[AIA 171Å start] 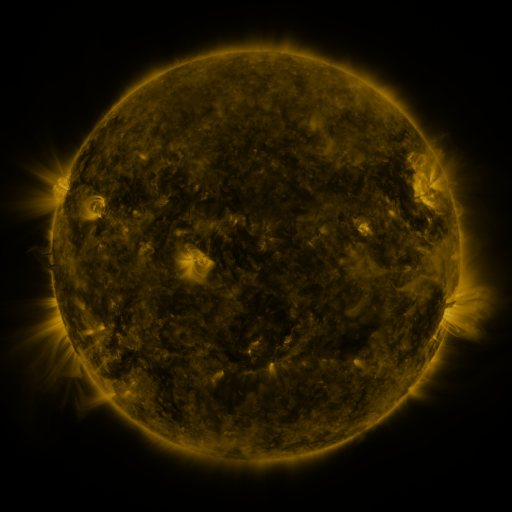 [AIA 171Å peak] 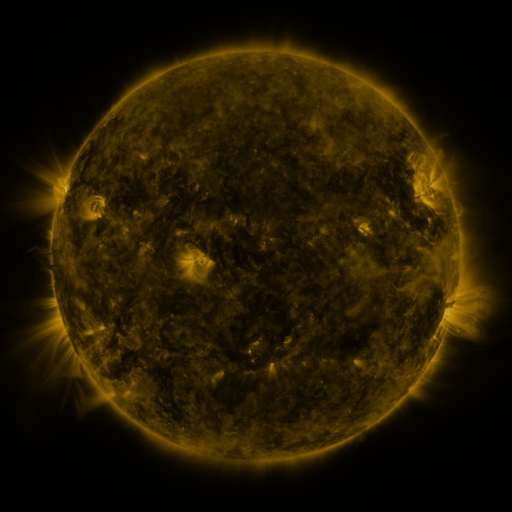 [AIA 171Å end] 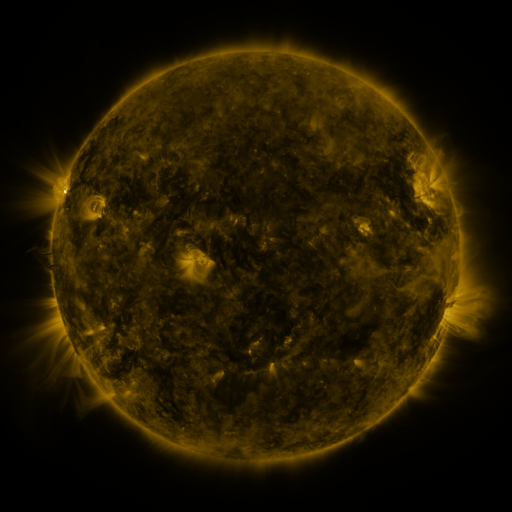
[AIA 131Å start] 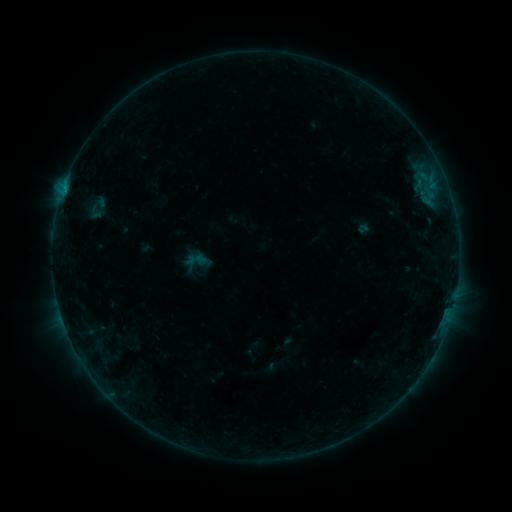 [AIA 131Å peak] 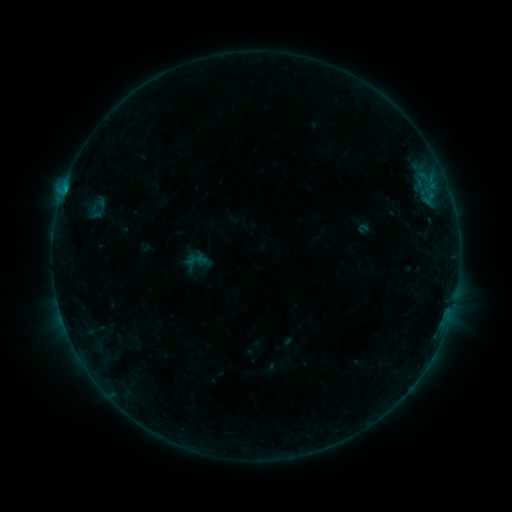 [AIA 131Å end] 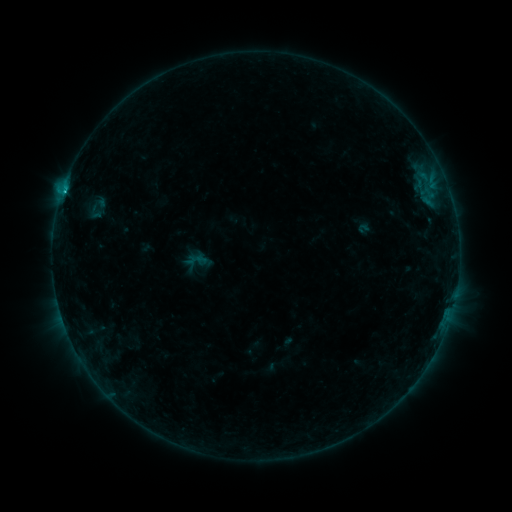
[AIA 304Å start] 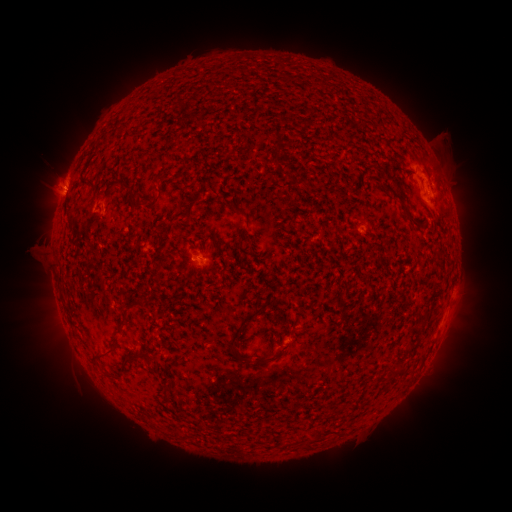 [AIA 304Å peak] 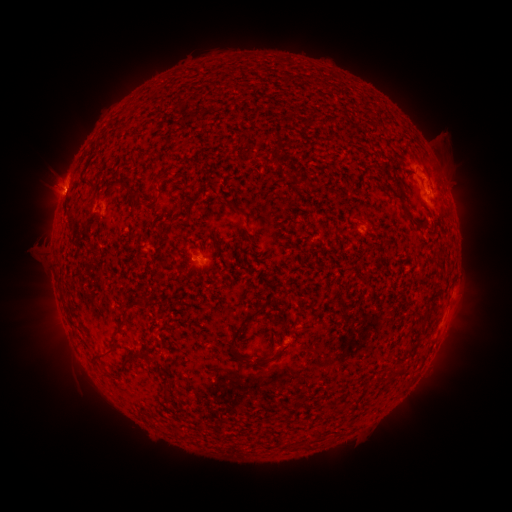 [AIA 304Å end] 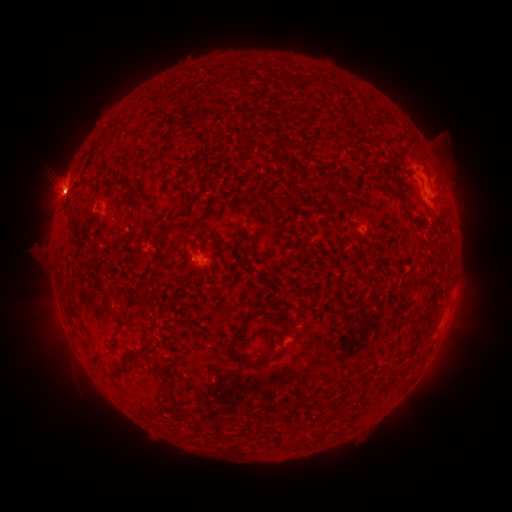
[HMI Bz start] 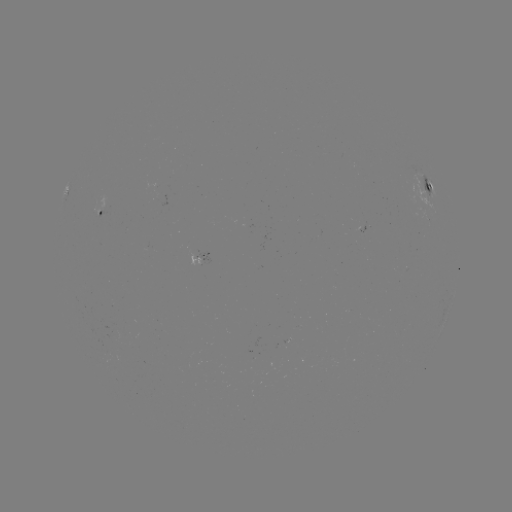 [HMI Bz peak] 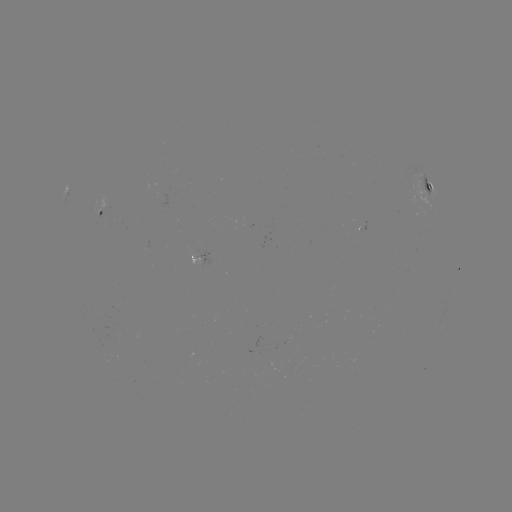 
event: flare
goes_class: C1.3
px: (68, 181)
